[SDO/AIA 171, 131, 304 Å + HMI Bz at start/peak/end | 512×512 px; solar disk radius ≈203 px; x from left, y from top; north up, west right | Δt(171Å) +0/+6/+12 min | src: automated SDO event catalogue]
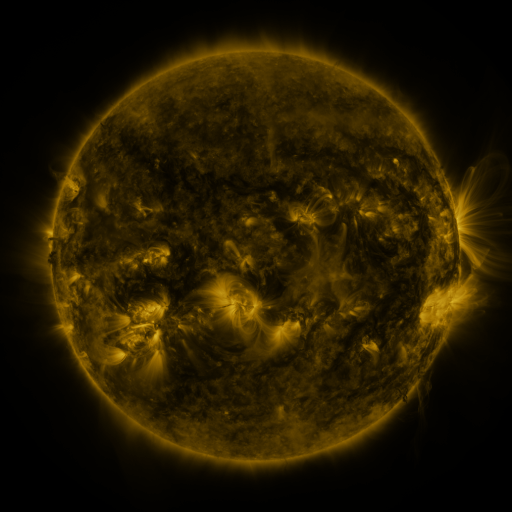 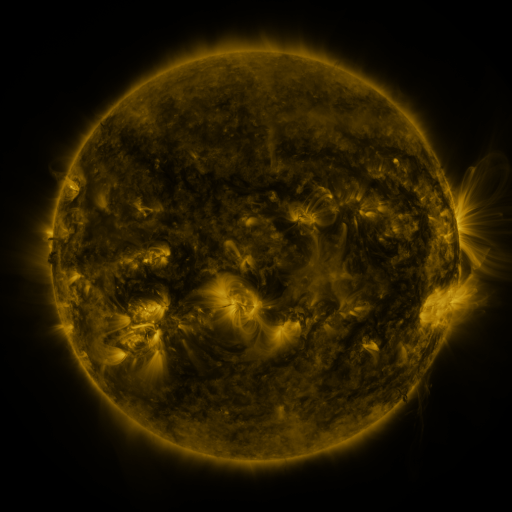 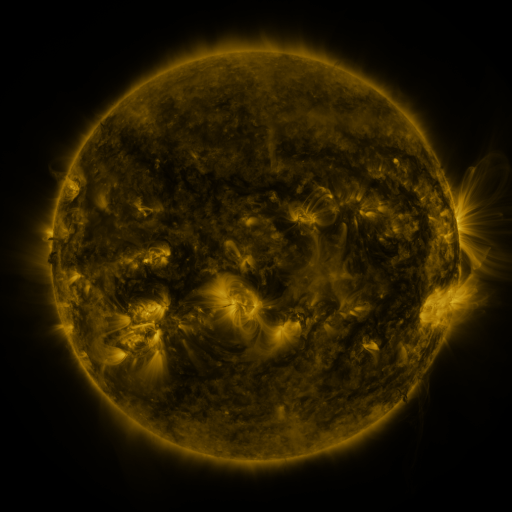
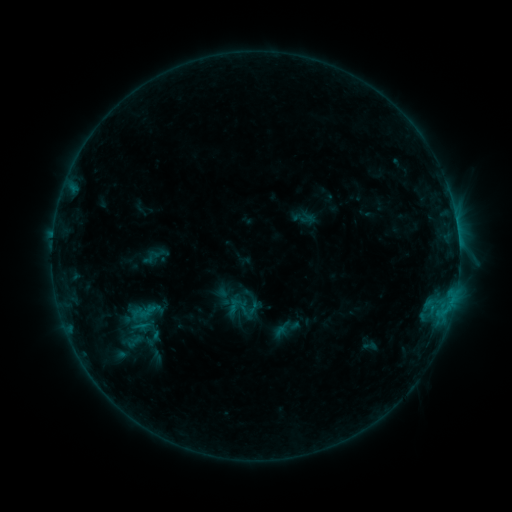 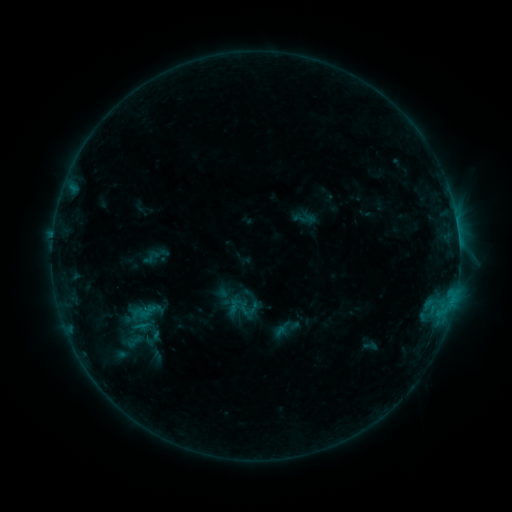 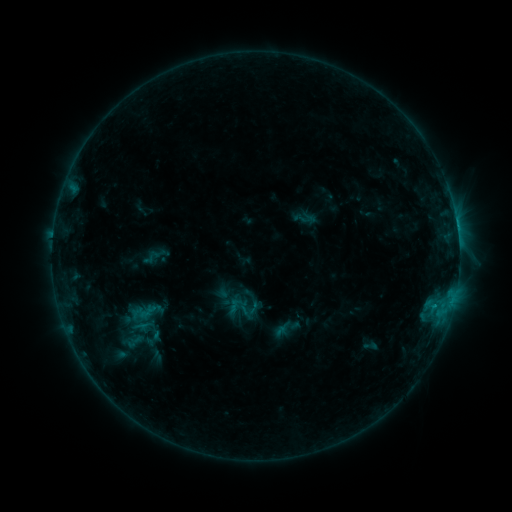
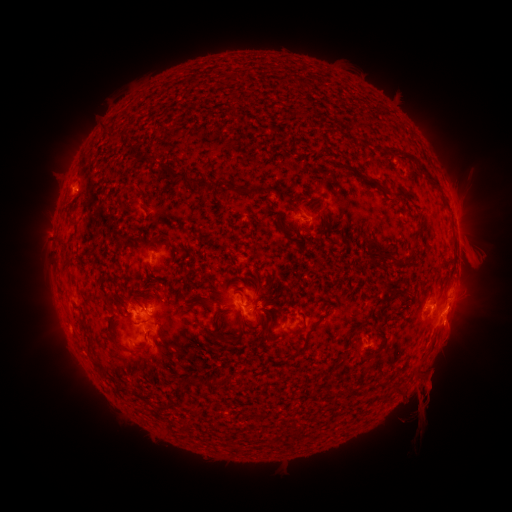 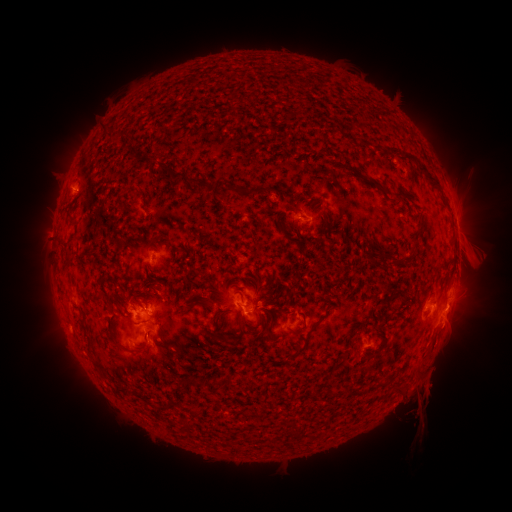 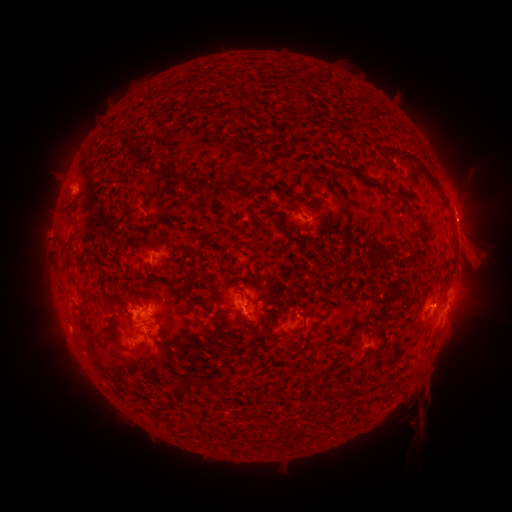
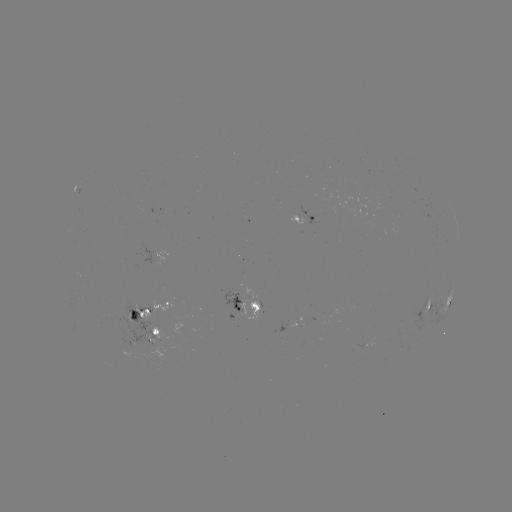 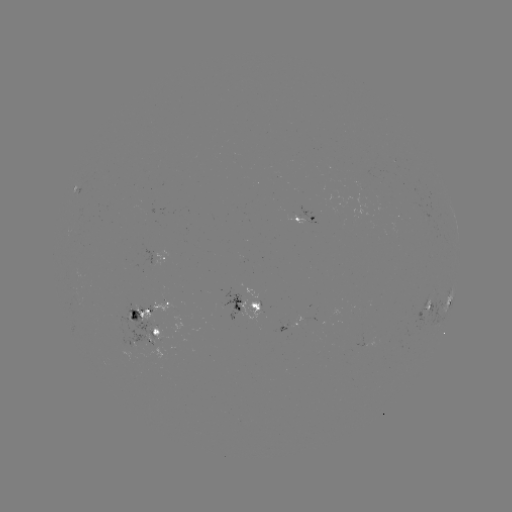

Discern eruption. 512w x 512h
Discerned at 462,210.